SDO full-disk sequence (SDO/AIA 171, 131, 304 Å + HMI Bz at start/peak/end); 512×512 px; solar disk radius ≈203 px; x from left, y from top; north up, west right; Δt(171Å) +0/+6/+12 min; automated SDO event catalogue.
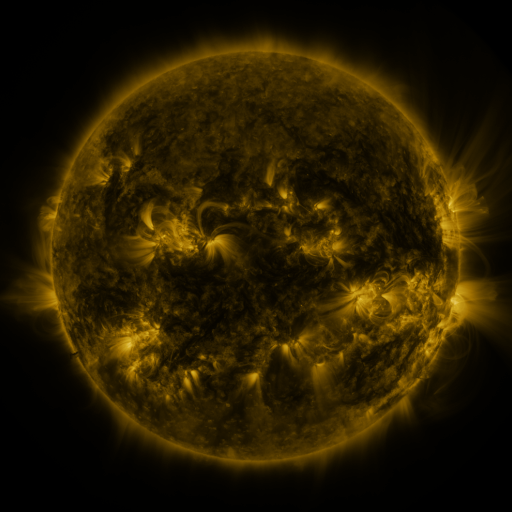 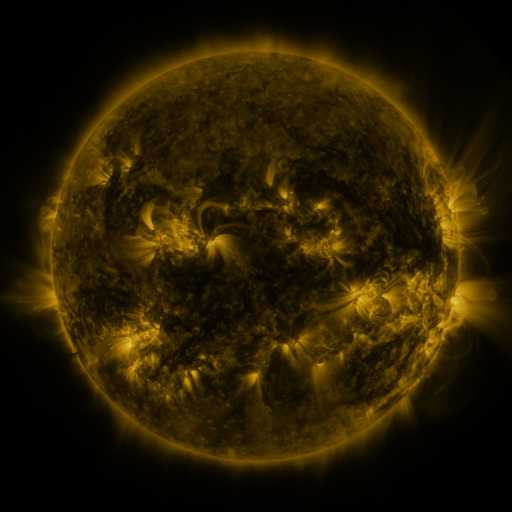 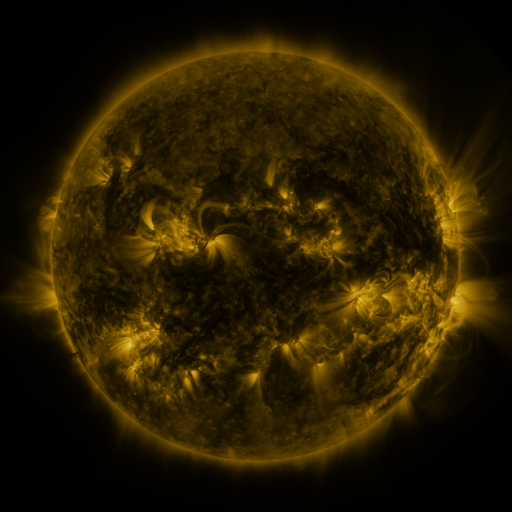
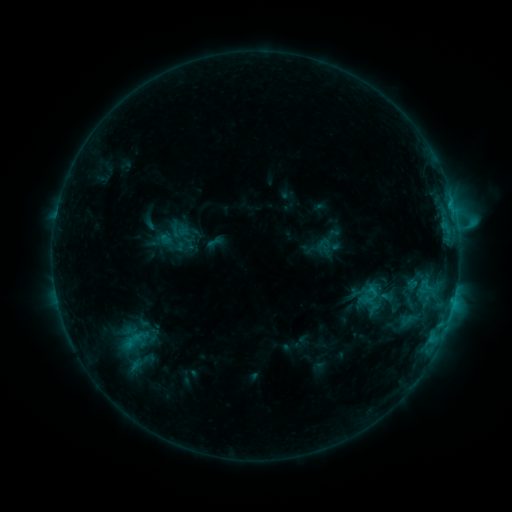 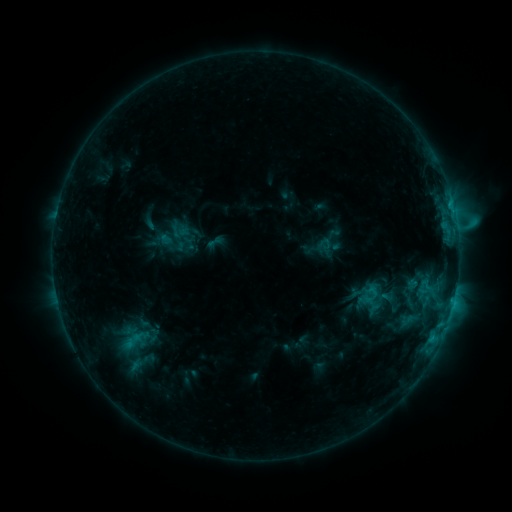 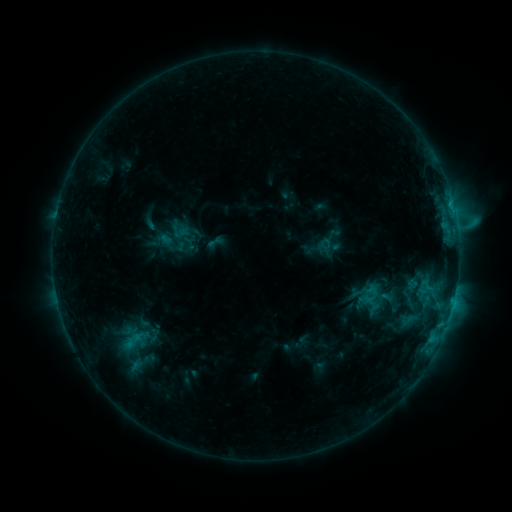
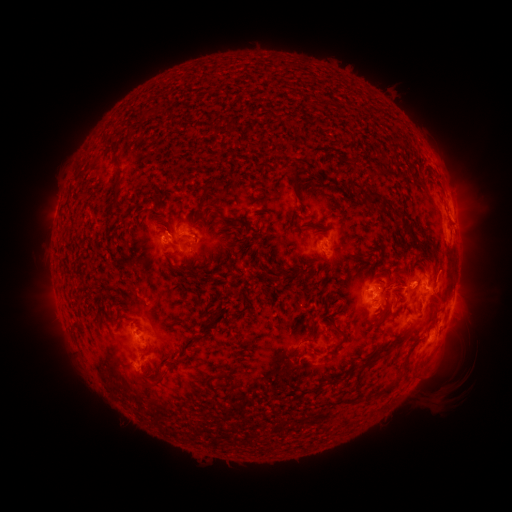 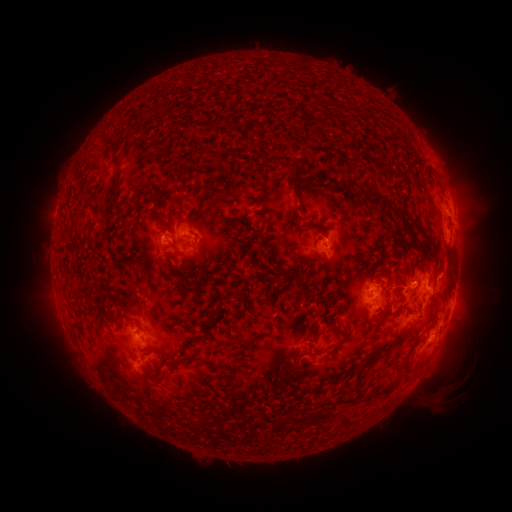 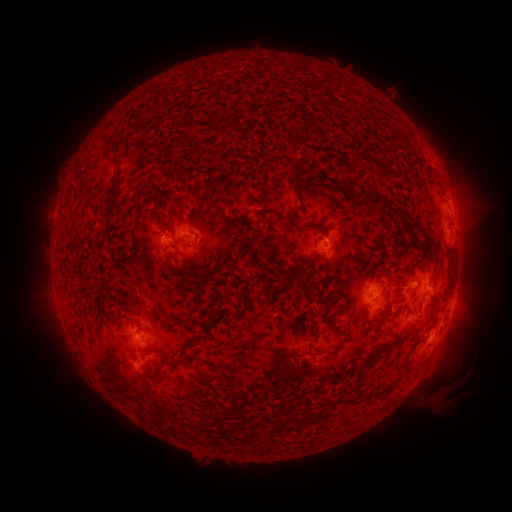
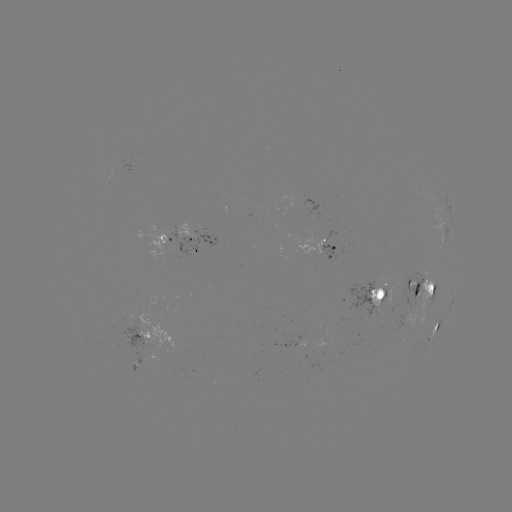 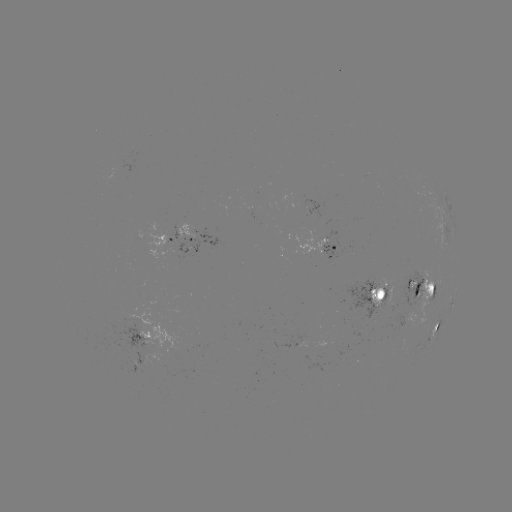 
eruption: (433, 189, 478, 232)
